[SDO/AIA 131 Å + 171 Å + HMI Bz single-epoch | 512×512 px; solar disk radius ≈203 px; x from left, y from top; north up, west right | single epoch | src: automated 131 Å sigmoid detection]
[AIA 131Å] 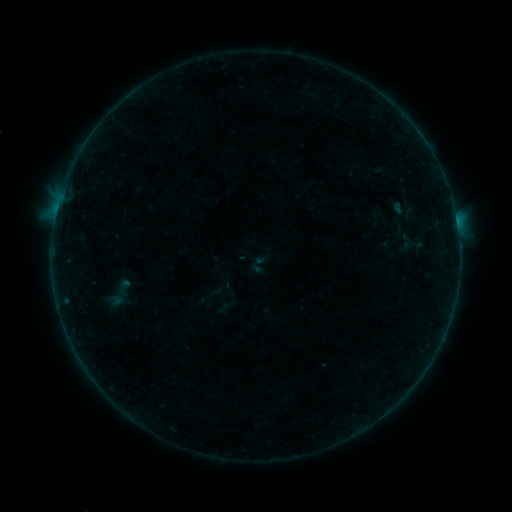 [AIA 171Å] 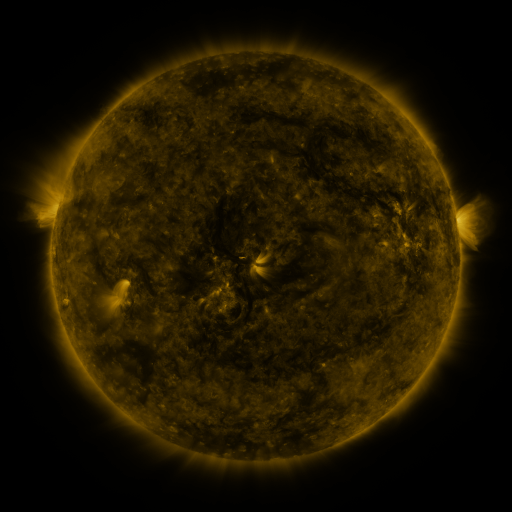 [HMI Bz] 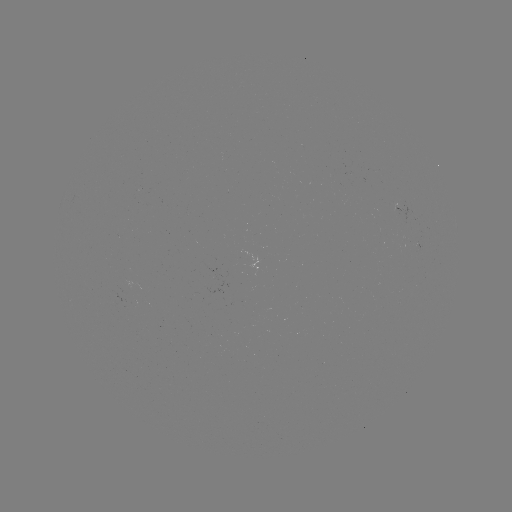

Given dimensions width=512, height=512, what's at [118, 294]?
sigmoid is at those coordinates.